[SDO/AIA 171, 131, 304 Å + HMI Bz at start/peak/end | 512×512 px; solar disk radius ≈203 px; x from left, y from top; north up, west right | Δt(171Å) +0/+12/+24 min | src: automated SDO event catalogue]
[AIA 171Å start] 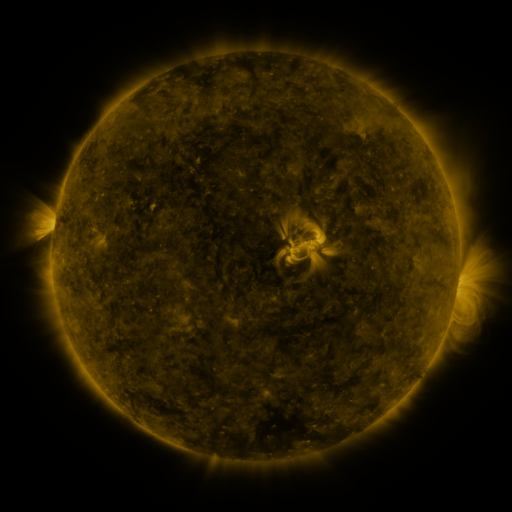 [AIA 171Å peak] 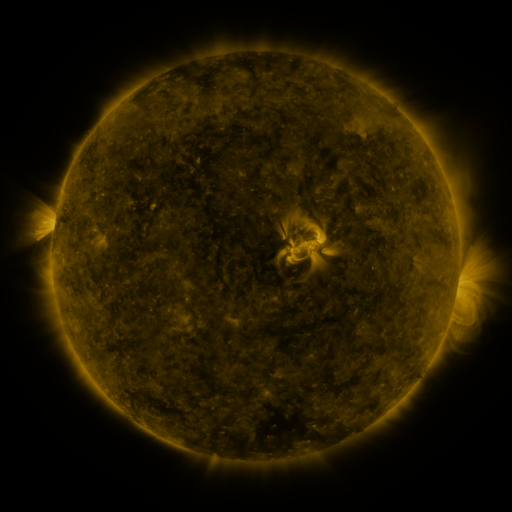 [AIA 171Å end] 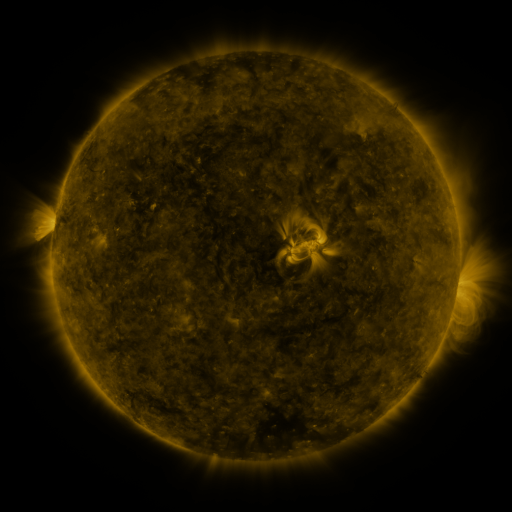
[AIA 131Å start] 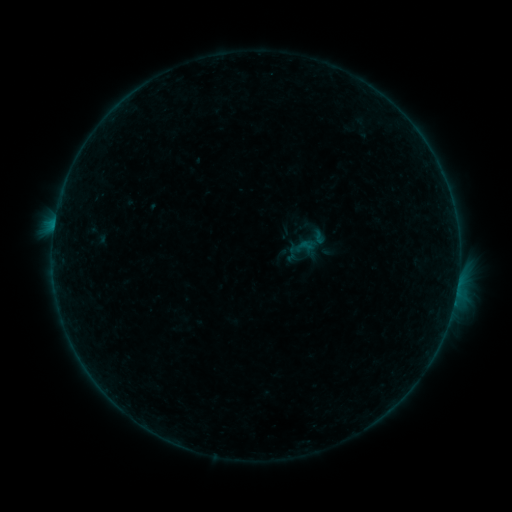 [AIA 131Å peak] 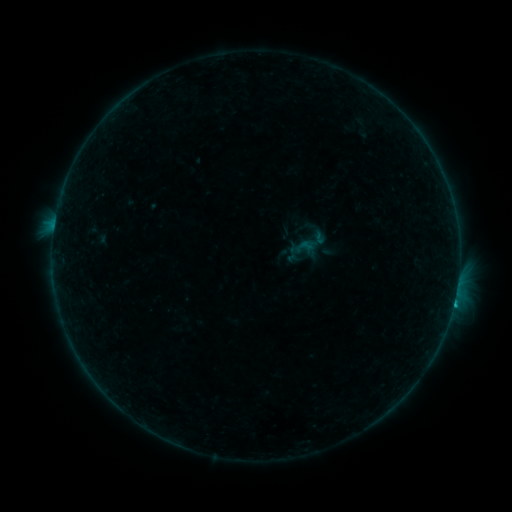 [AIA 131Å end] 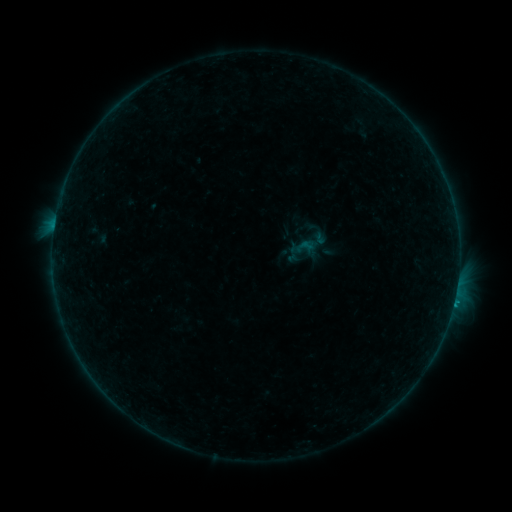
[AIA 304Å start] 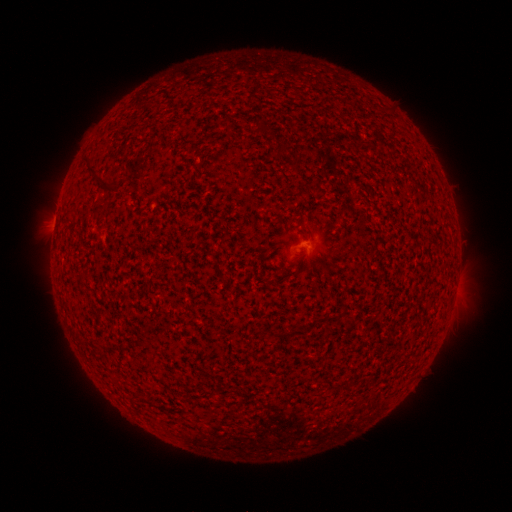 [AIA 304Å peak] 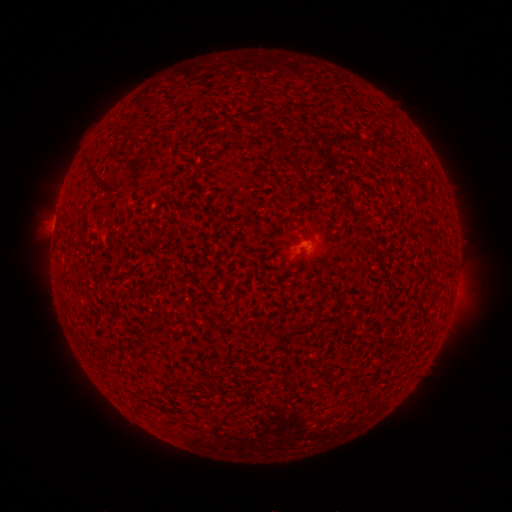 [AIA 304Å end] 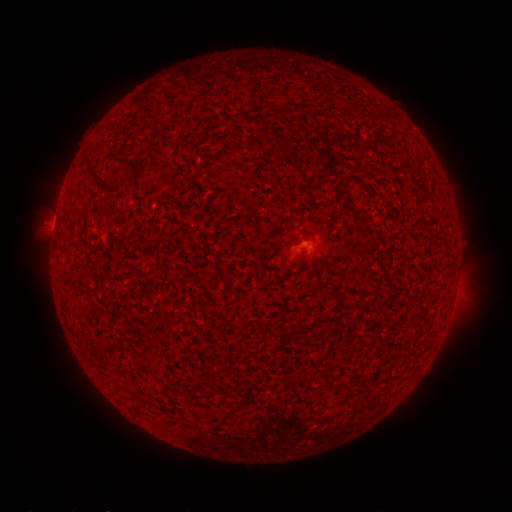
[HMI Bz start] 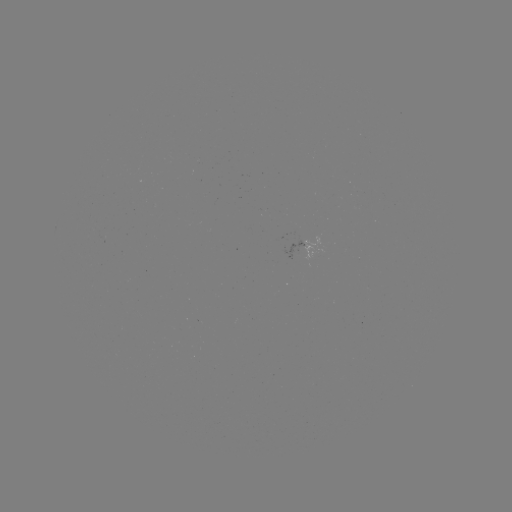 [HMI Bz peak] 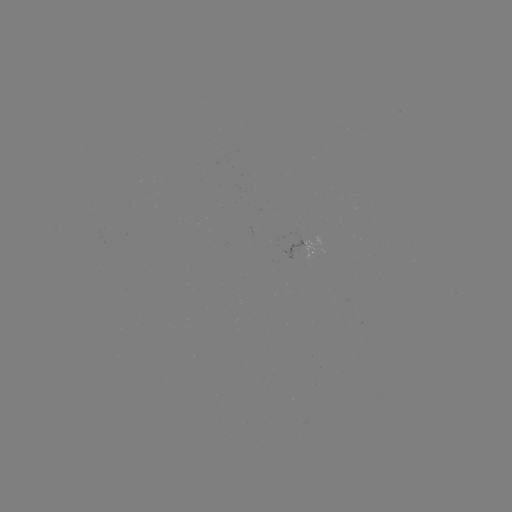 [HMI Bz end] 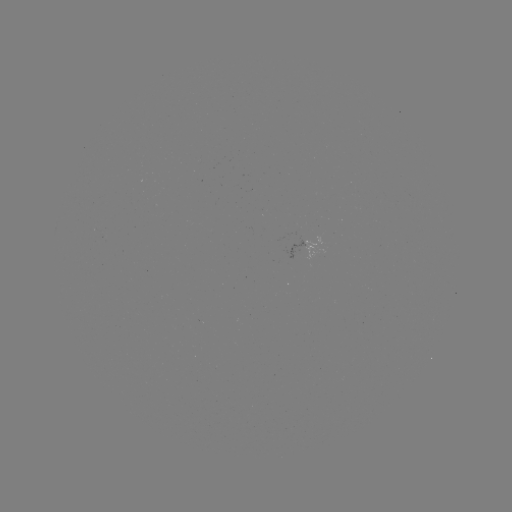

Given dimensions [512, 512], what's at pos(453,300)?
B4.9 flare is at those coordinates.